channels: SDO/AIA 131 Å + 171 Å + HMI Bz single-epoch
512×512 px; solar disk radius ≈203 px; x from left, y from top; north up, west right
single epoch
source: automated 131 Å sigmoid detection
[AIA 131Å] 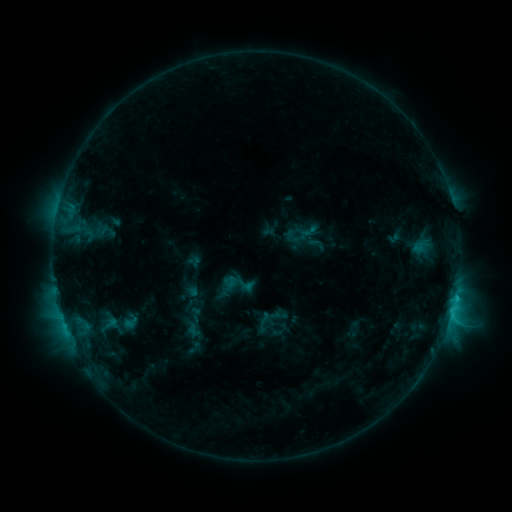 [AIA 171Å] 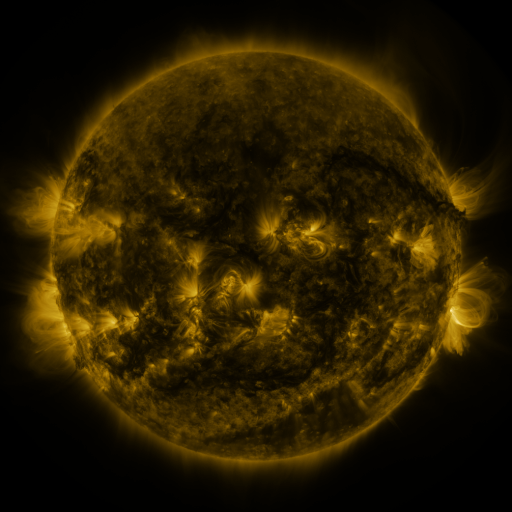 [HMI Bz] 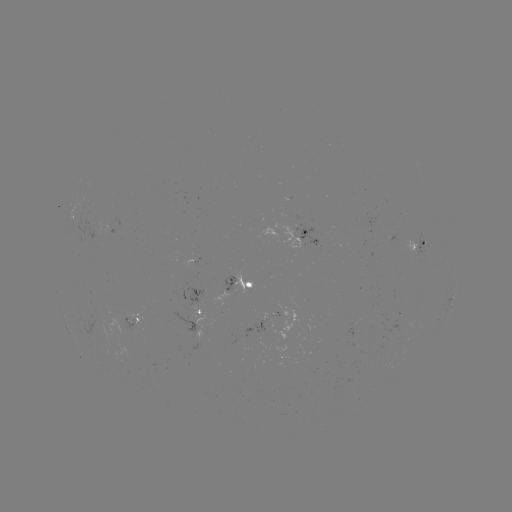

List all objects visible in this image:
sigmoid: (308, 232)
sigmoid: (107, 324)
